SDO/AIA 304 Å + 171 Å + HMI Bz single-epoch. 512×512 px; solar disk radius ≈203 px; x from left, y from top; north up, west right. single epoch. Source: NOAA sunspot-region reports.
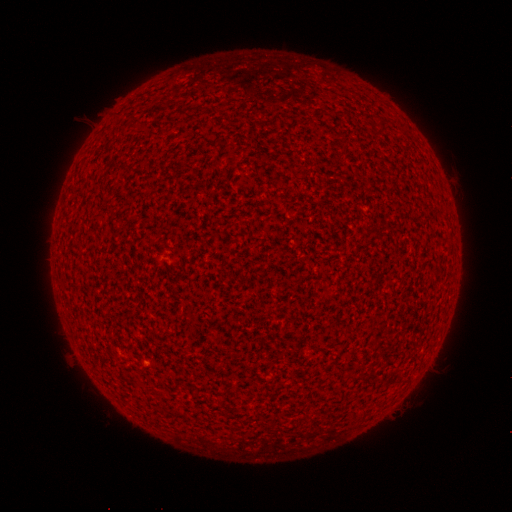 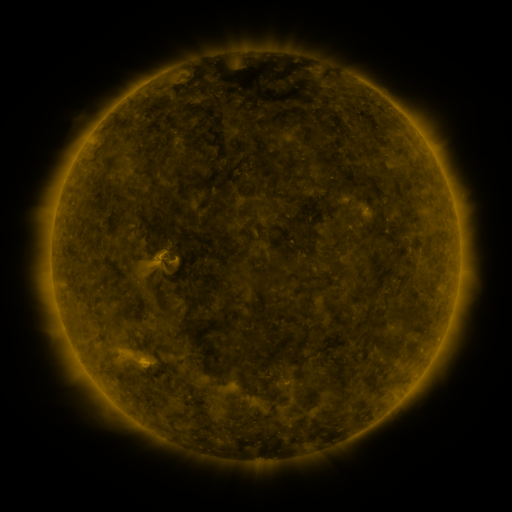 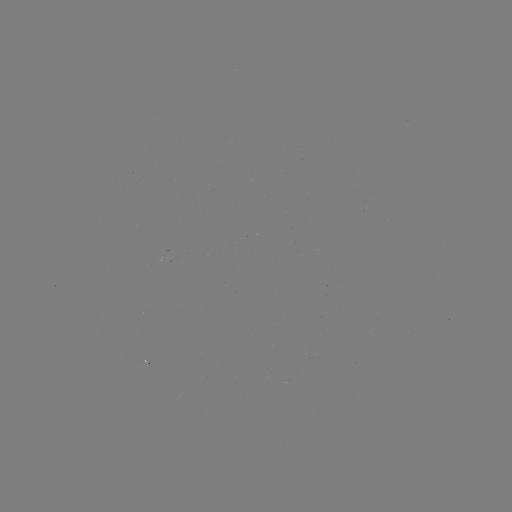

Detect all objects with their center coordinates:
(none)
